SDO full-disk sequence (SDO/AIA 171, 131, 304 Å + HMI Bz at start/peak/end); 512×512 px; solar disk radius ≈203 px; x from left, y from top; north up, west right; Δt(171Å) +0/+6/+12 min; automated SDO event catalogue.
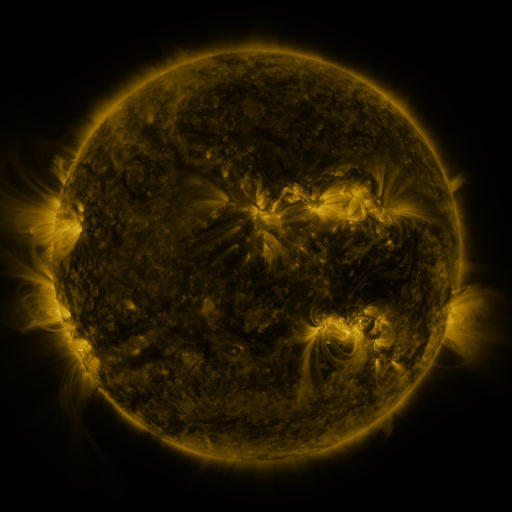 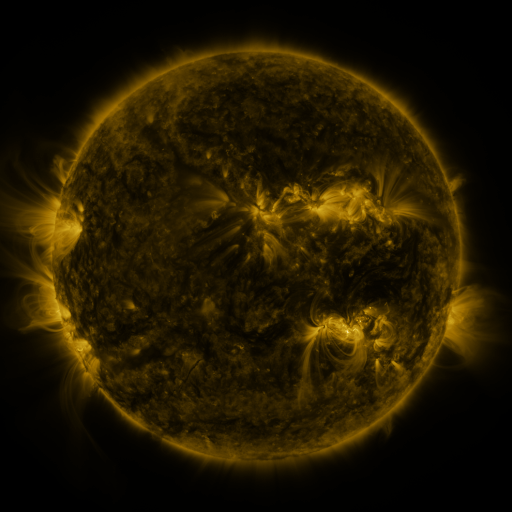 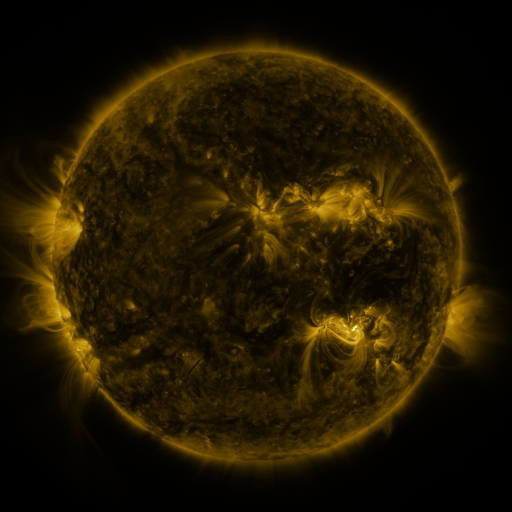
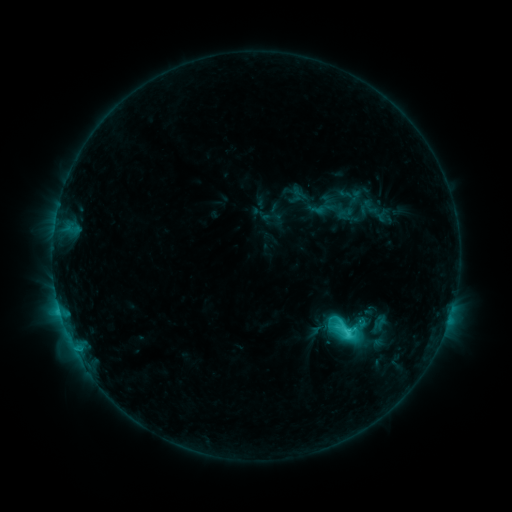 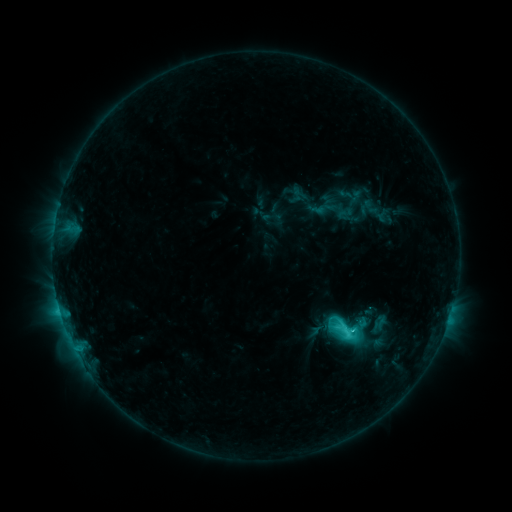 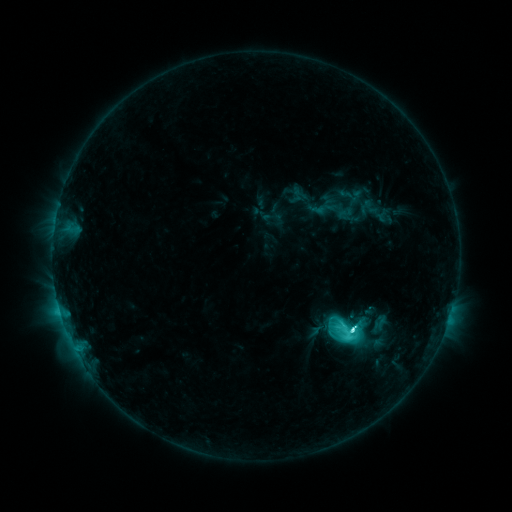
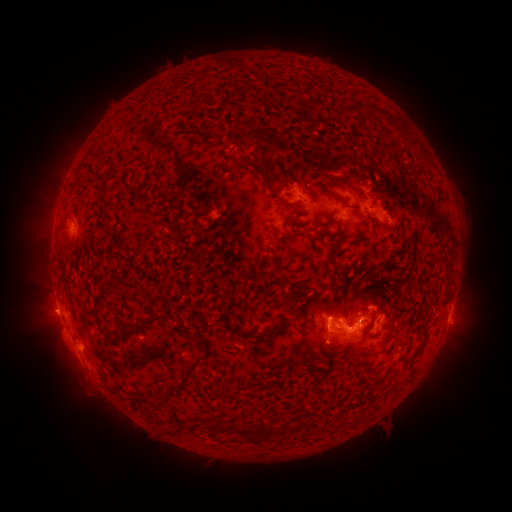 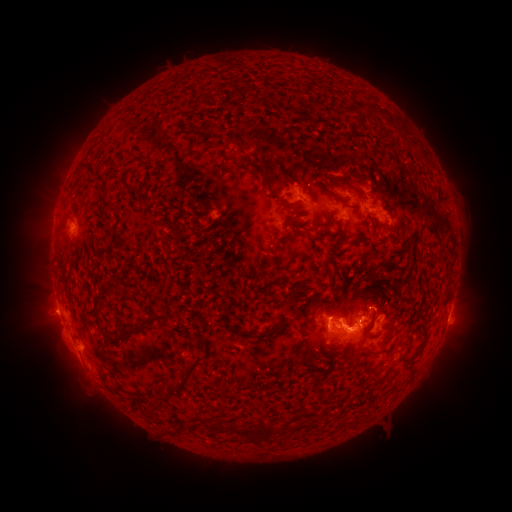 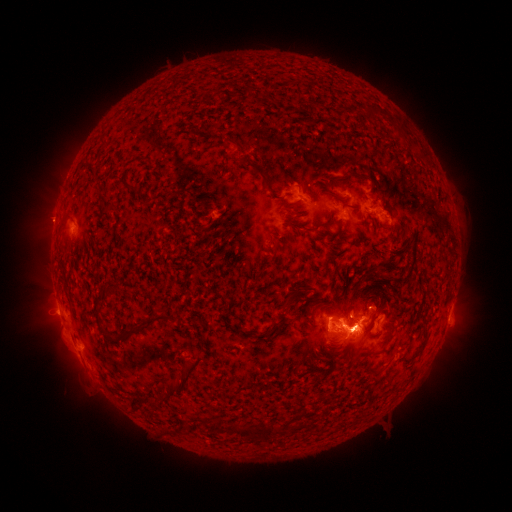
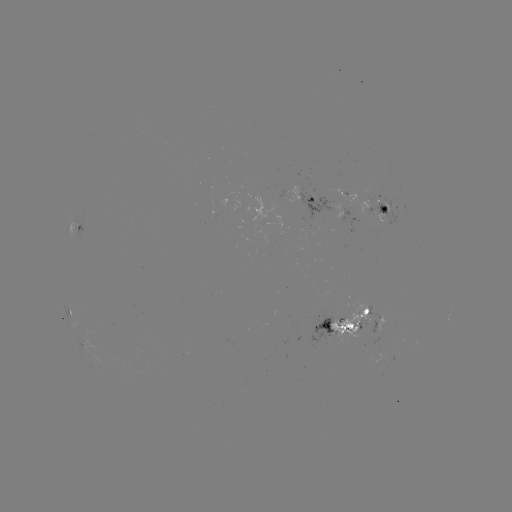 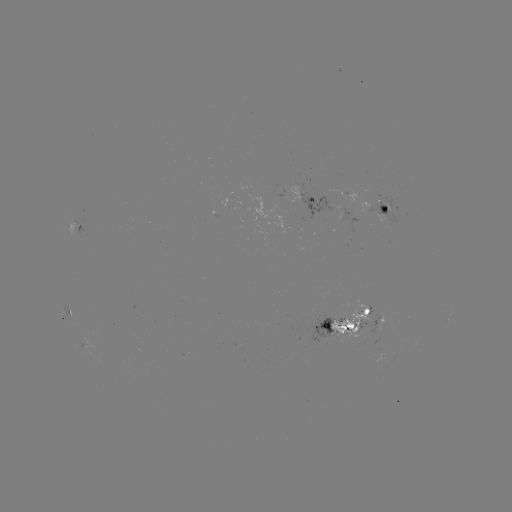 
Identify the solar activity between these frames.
C9.1 flare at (350, 328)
